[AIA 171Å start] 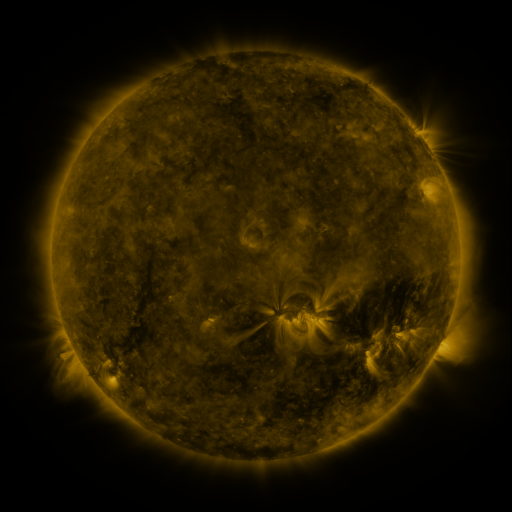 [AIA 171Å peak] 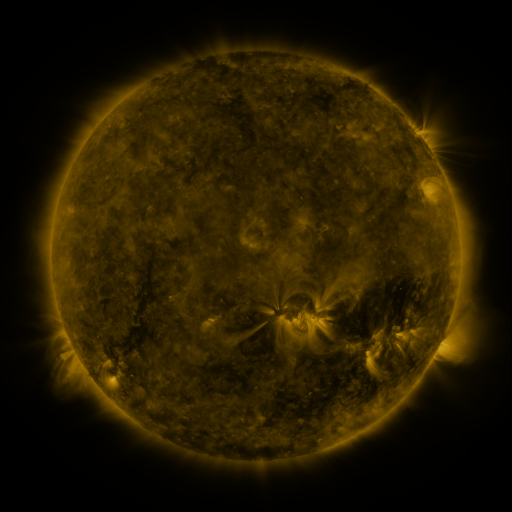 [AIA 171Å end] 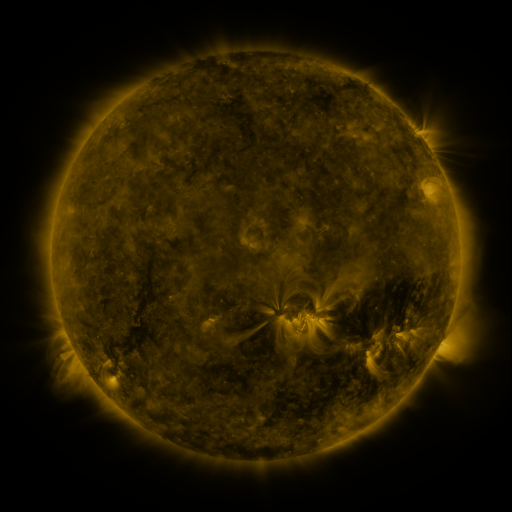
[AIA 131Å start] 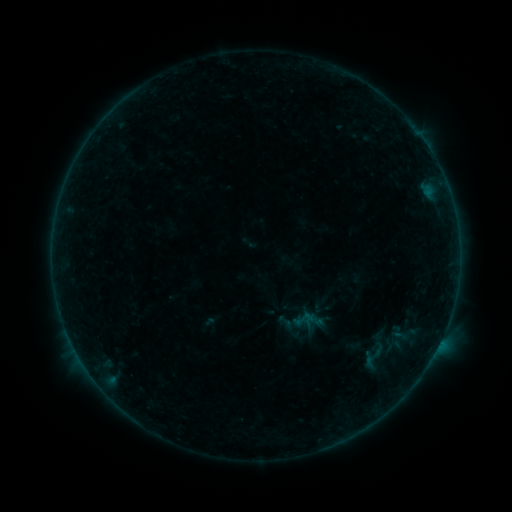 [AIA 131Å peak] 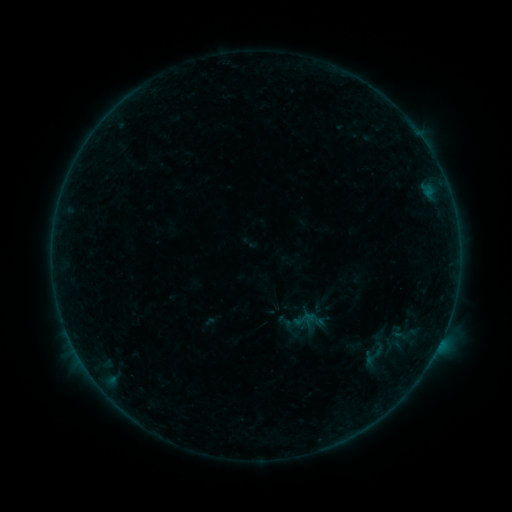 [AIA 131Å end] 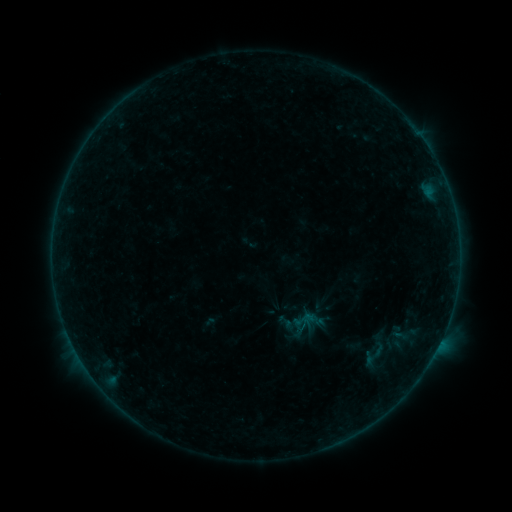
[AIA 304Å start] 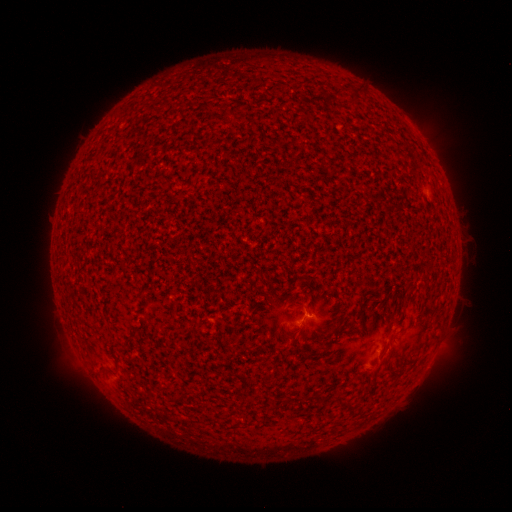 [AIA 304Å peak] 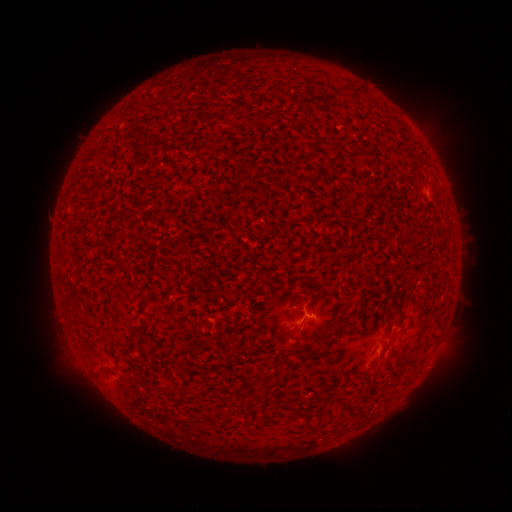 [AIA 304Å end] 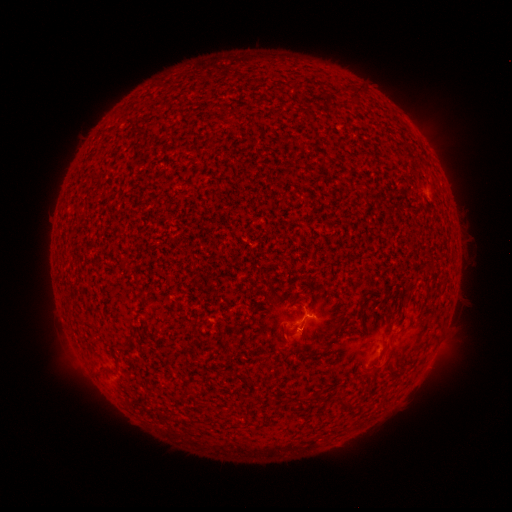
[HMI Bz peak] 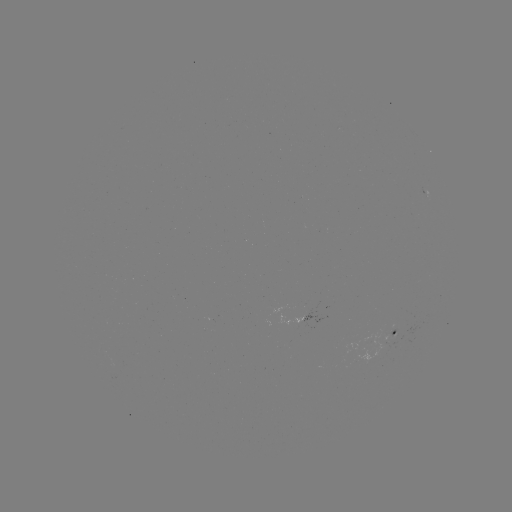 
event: flare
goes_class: B1.0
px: (309, 314)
